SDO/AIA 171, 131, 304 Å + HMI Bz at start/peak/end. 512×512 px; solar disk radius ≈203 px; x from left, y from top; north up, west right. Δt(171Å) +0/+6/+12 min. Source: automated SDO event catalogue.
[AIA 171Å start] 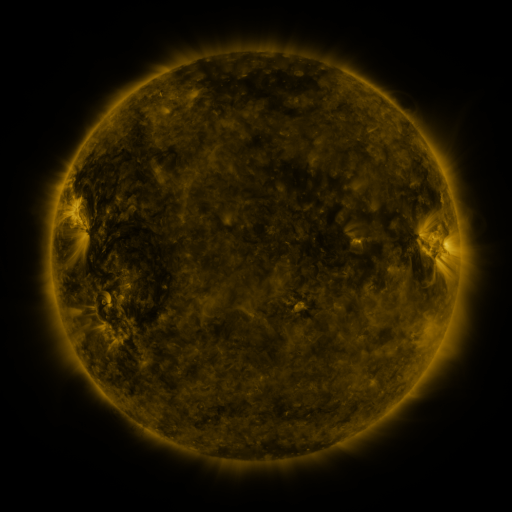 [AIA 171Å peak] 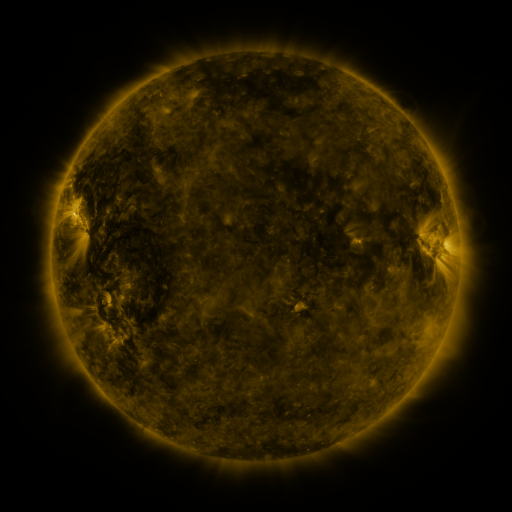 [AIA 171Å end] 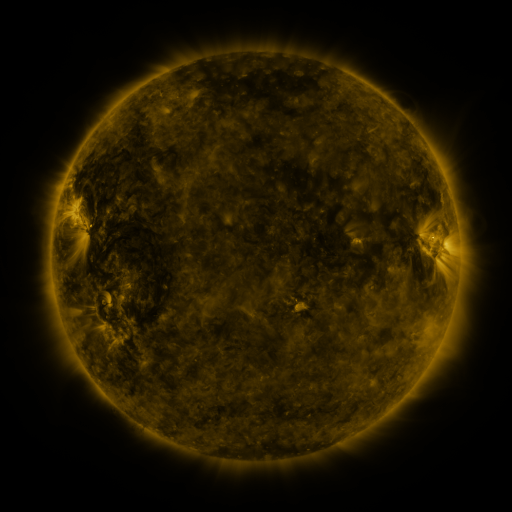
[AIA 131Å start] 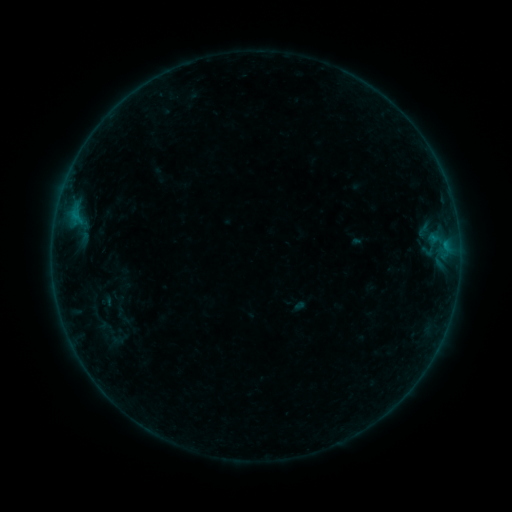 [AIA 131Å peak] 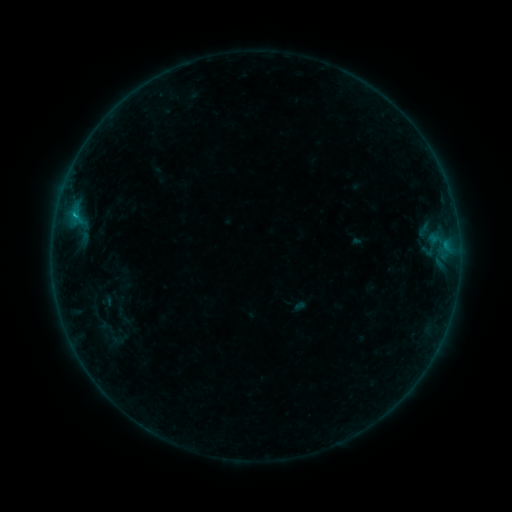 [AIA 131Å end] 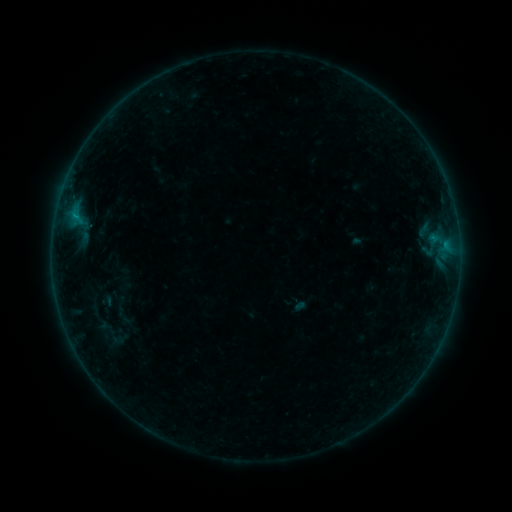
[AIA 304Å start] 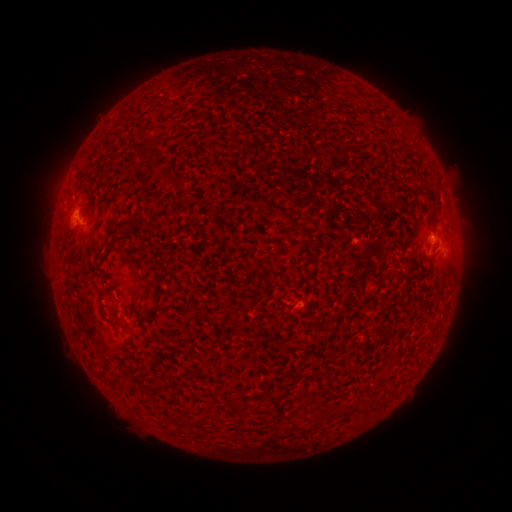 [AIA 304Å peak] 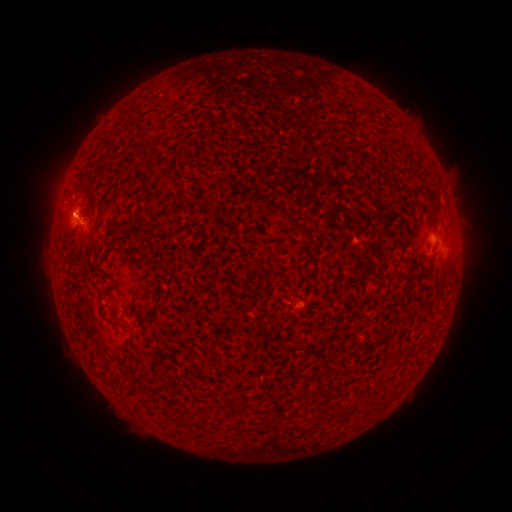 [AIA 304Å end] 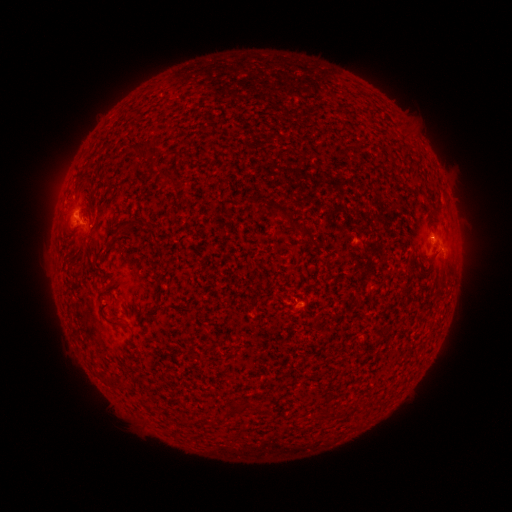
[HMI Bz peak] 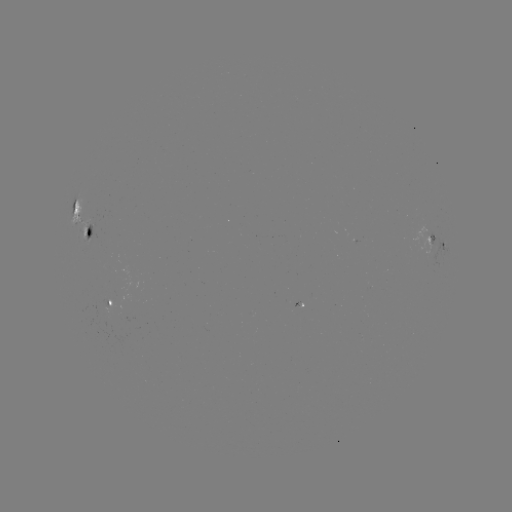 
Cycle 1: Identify B3.2 flare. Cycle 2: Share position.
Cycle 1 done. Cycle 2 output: [75, 217].